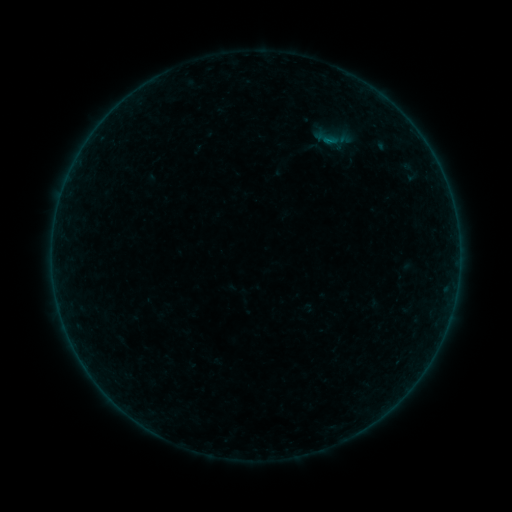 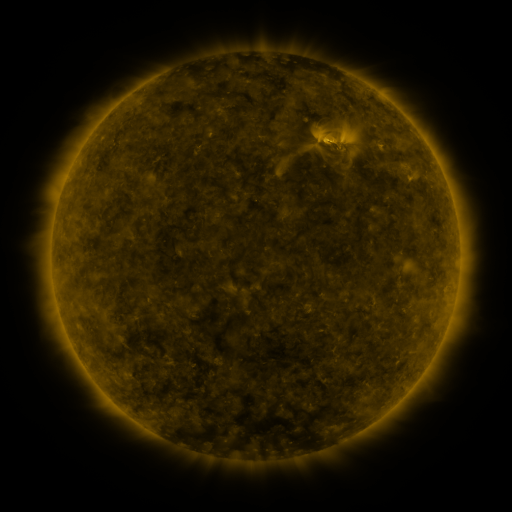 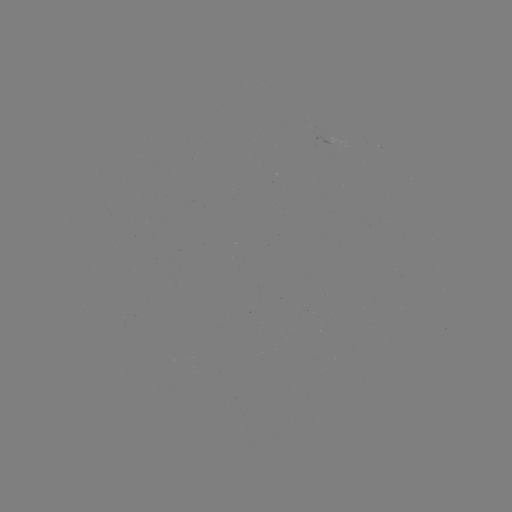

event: sigmoid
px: (334, 143)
